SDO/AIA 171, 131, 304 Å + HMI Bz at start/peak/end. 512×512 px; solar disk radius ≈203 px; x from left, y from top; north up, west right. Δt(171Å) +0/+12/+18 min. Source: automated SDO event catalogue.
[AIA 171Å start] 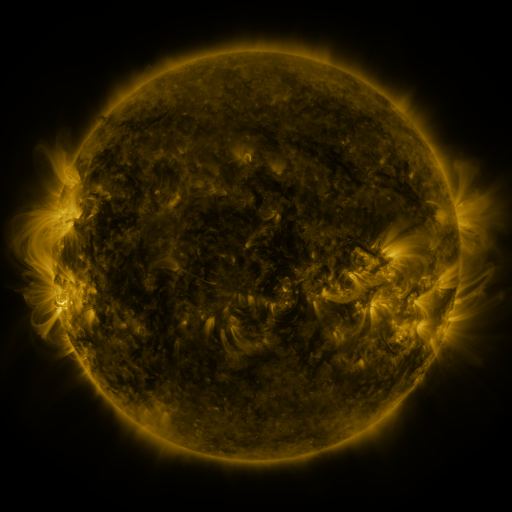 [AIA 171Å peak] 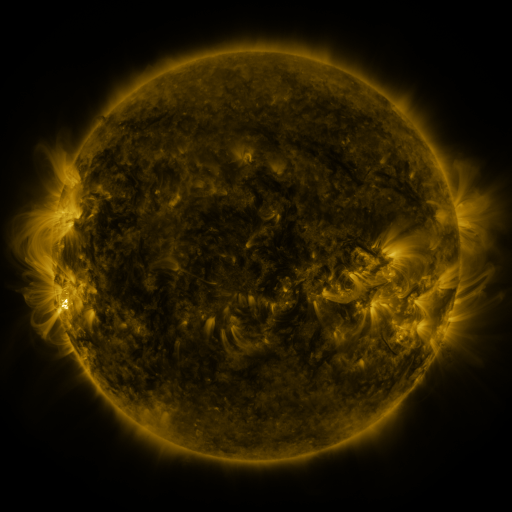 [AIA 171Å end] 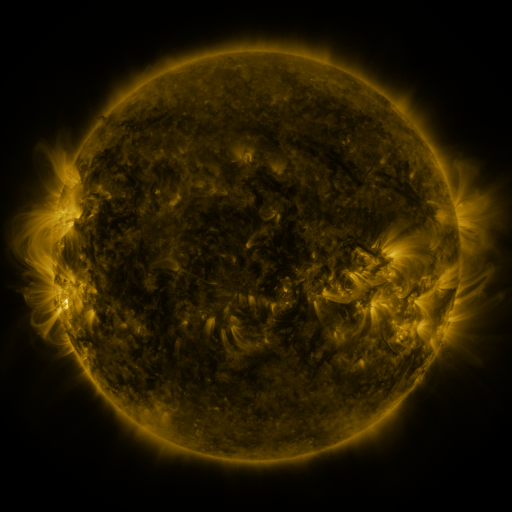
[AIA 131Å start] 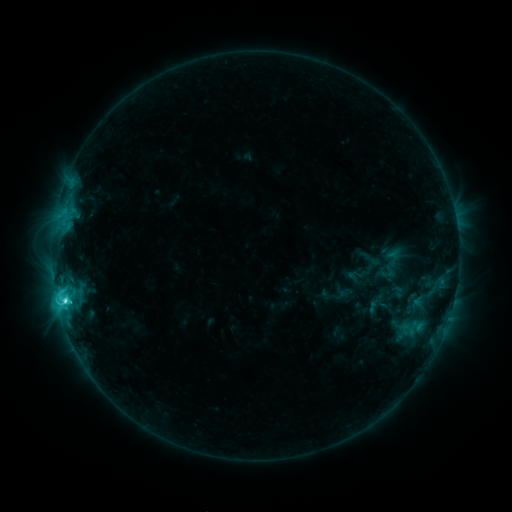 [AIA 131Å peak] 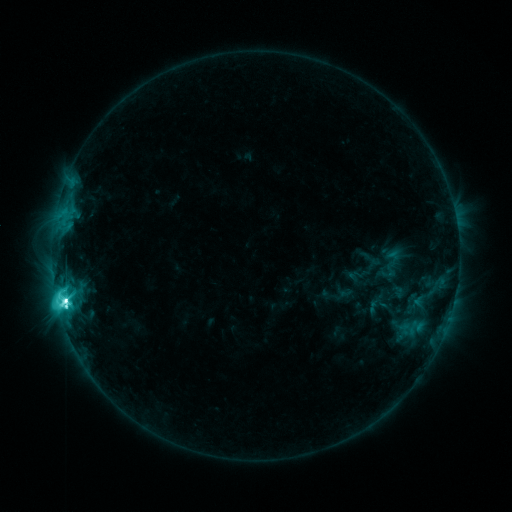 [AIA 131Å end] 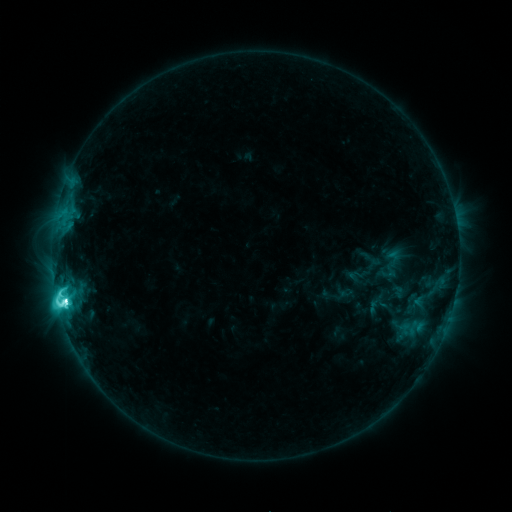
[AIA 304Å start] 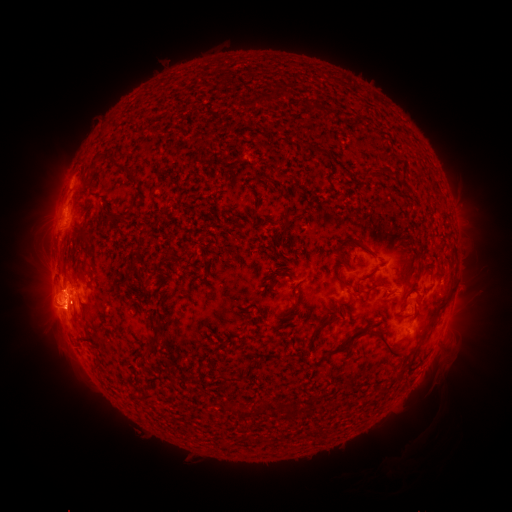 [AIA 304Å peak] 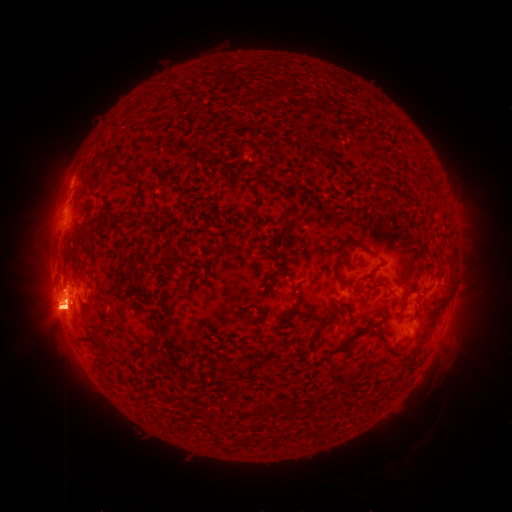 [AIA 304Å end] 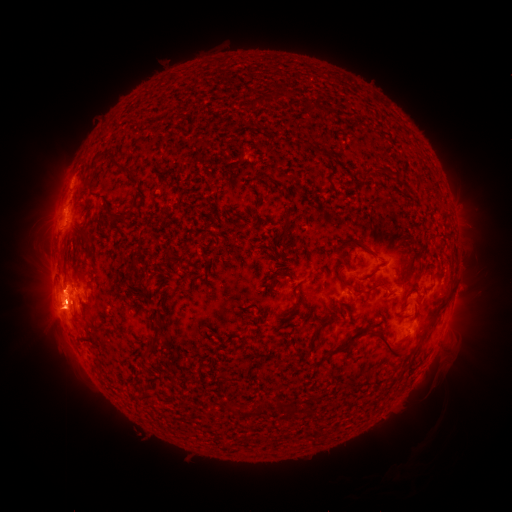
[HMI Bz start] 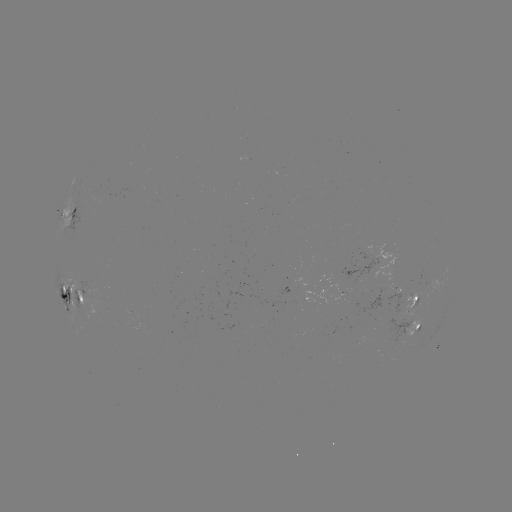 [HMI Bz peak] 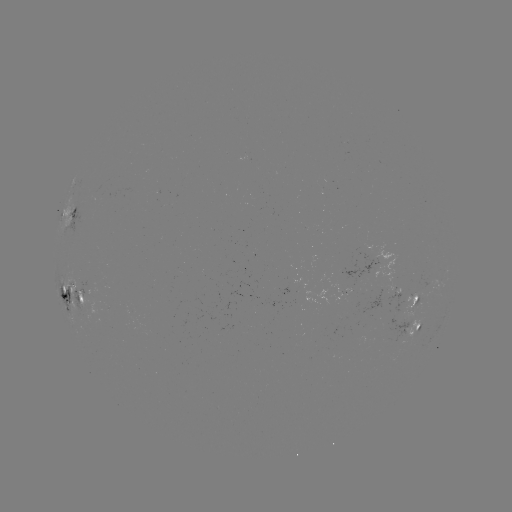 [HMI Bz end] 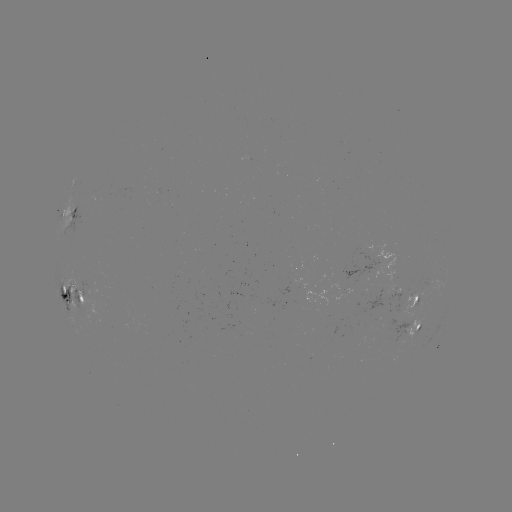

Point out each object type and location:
M2.6 flare: (66, 299)
